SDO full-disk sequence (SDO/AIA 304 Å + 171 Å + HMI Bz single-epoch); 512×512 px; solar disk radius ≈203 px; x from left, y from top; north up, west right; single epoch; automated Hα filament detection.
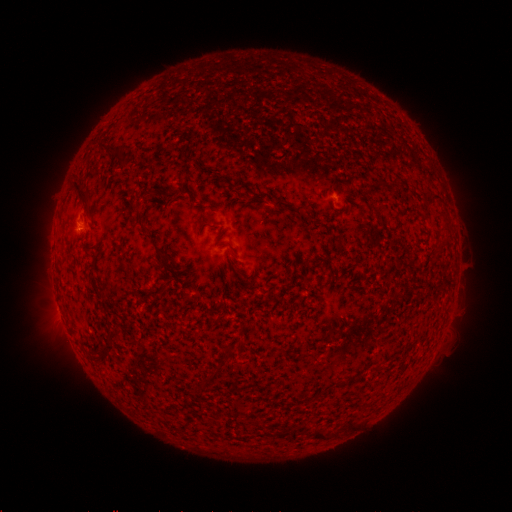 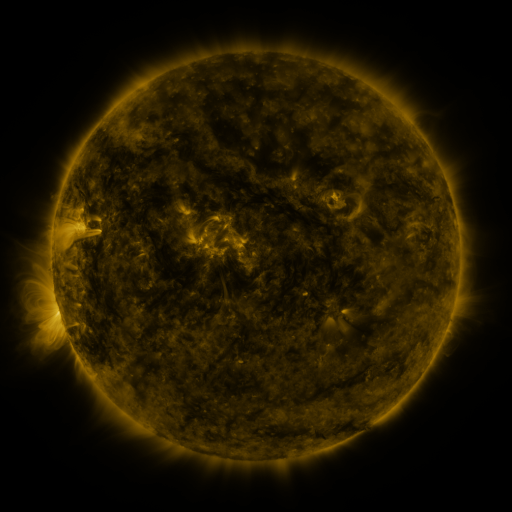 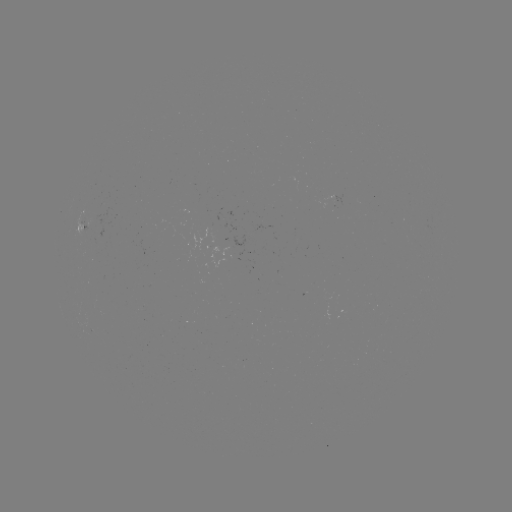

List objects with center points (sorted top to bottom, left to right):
filament: <bbox>100, 145, 121, 155</bbox>
filament: <bbox>72, 180, 87, 201</bbox>
filament: <bbox>294, 203, 306, 212</bbox>
filament: <bbox>104, 329, 119, 352</bbox>
filament: <bbox>314, 427, 330, 440</bbox>
